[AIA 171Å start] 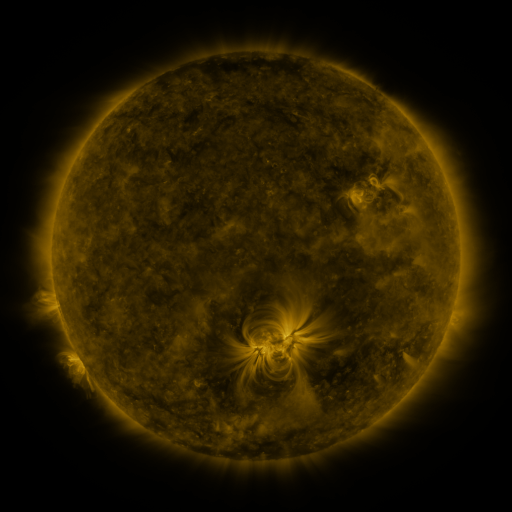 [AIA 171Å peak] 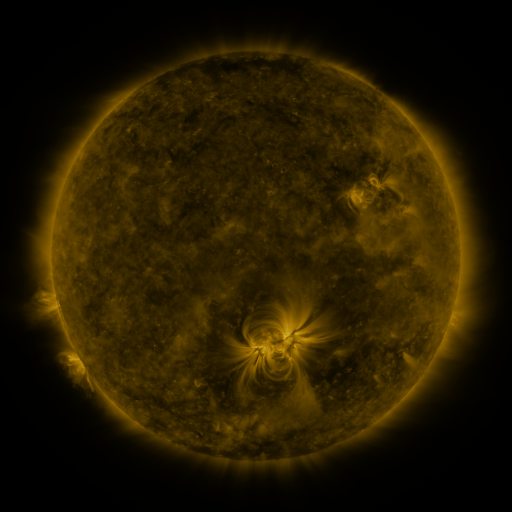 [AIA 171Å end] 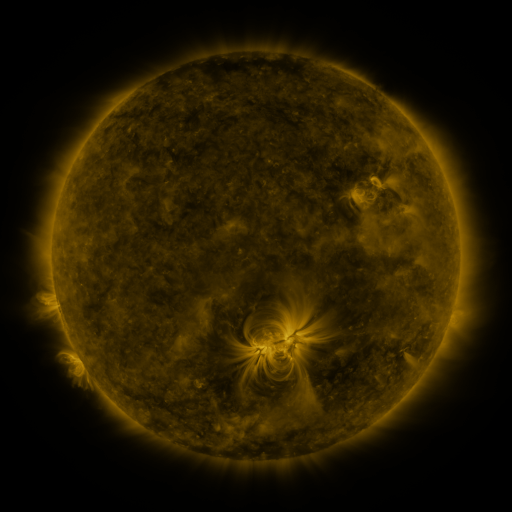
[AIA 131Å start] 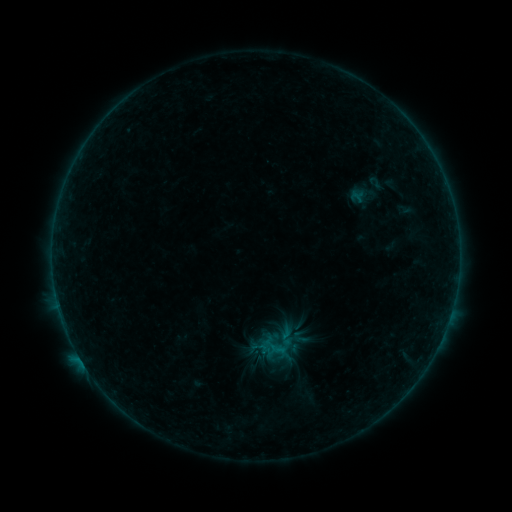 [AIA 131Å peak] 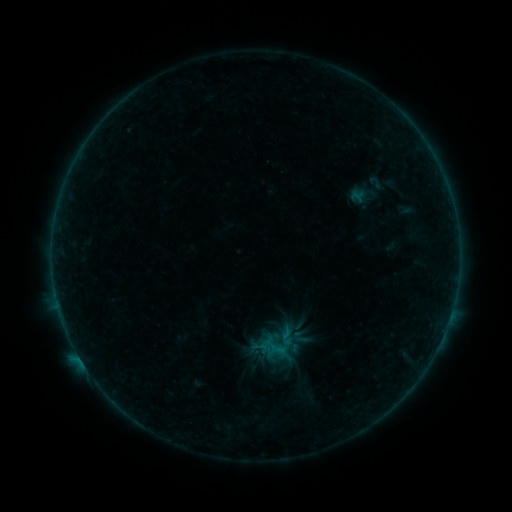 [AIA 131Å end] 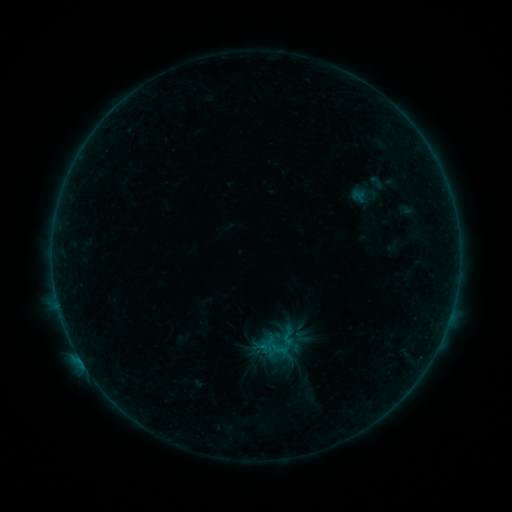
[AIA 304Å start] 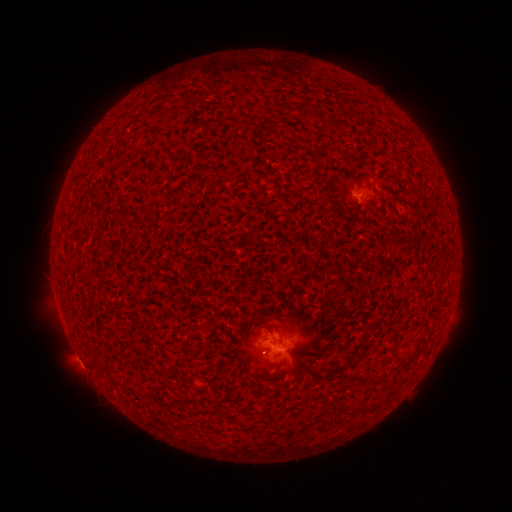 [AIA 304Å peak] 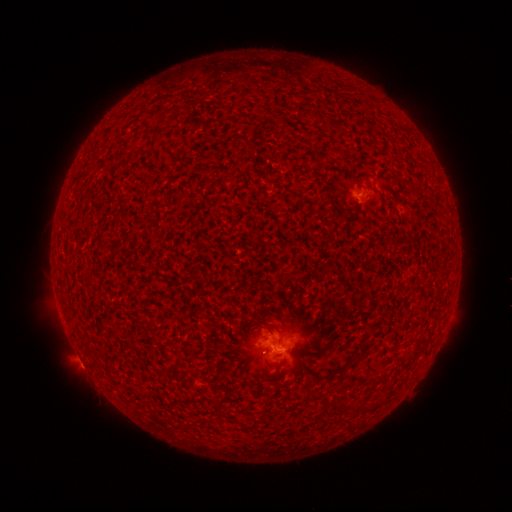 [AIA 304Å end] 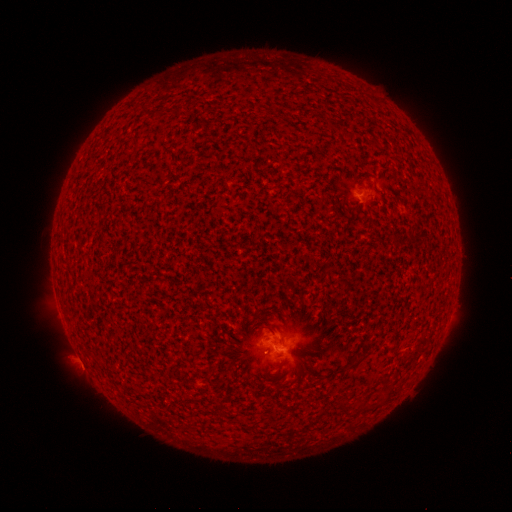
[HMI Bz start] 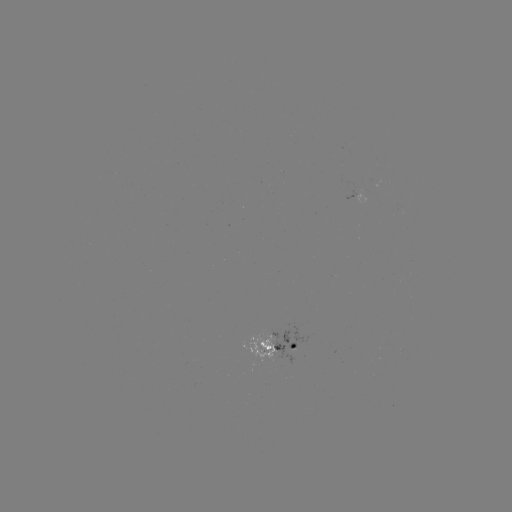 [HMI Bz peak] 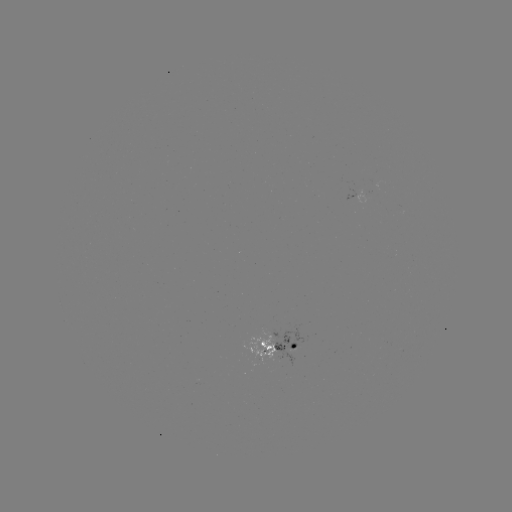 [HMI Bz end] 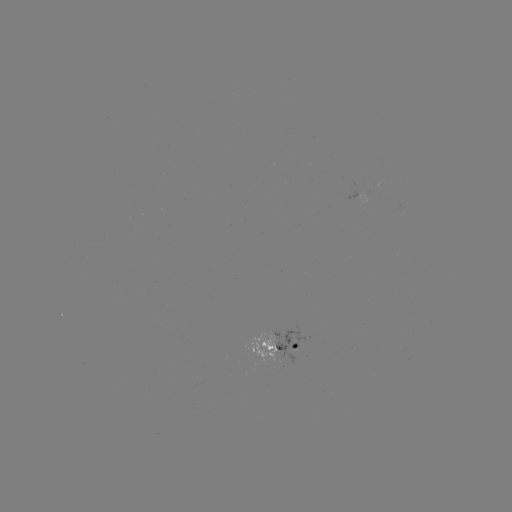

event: flare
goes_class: B2.9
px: (272, 346)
